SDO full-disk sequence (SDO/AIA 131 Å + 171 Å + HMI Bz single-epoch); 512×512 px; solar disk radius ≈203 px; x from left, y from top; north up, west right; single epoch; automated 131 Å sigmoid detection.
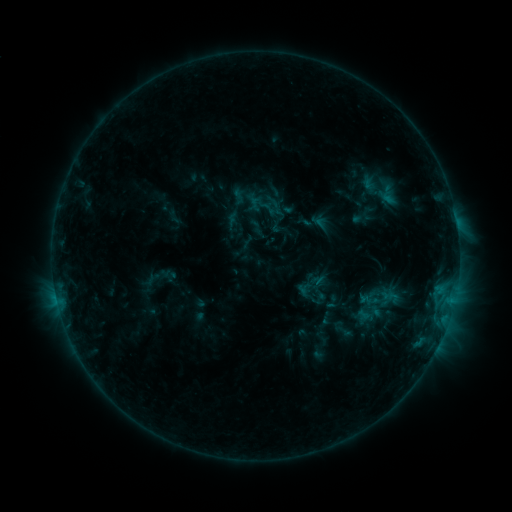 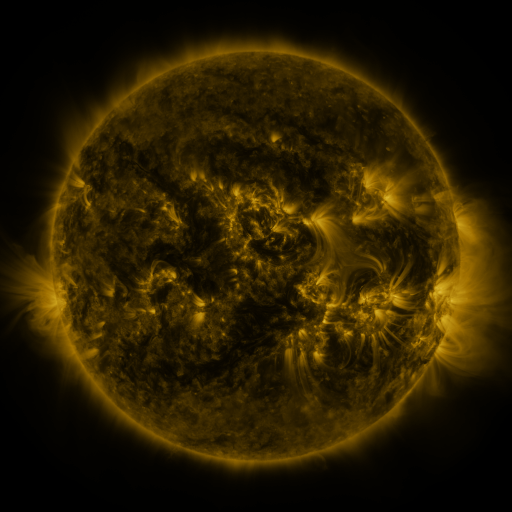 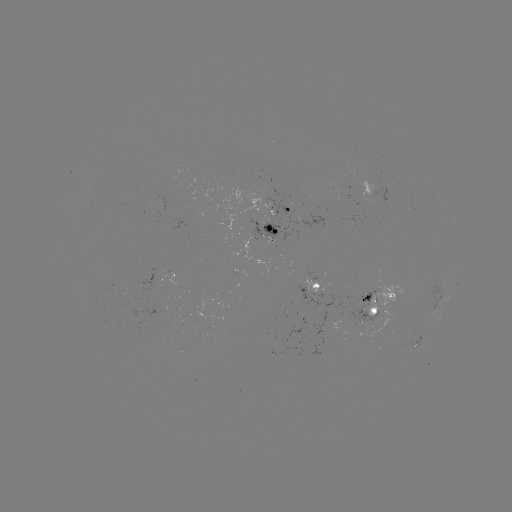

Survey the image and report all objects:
sigmoid: (386, 192)
sigmoid: (382, 300)
